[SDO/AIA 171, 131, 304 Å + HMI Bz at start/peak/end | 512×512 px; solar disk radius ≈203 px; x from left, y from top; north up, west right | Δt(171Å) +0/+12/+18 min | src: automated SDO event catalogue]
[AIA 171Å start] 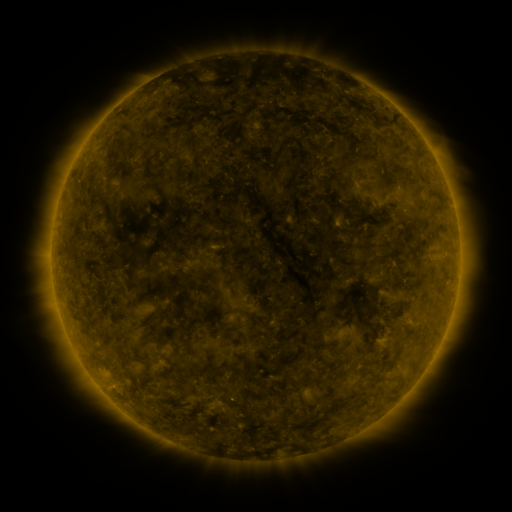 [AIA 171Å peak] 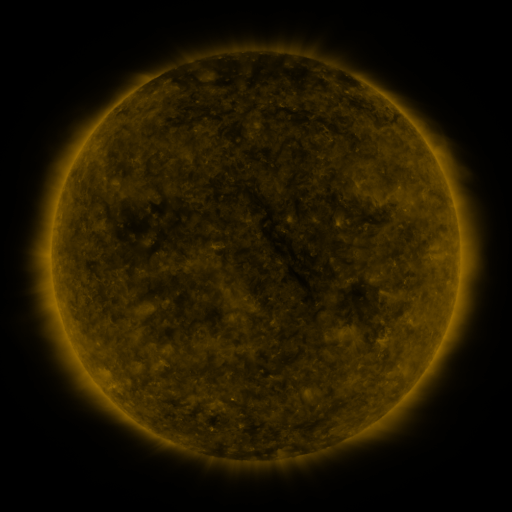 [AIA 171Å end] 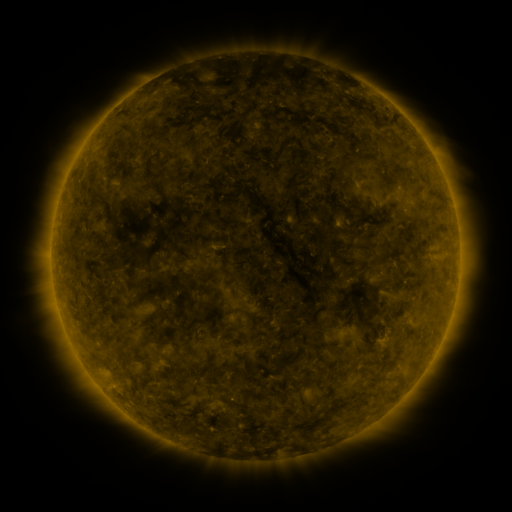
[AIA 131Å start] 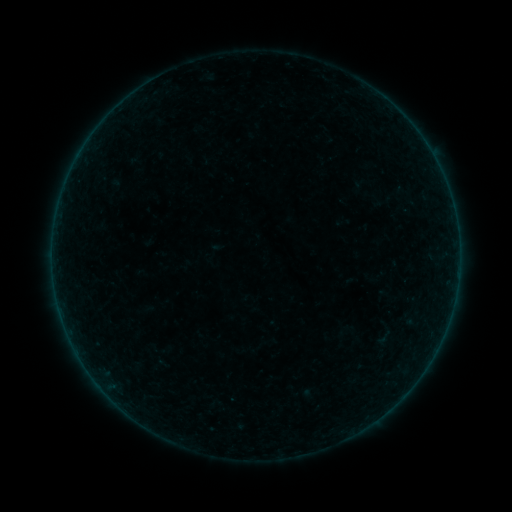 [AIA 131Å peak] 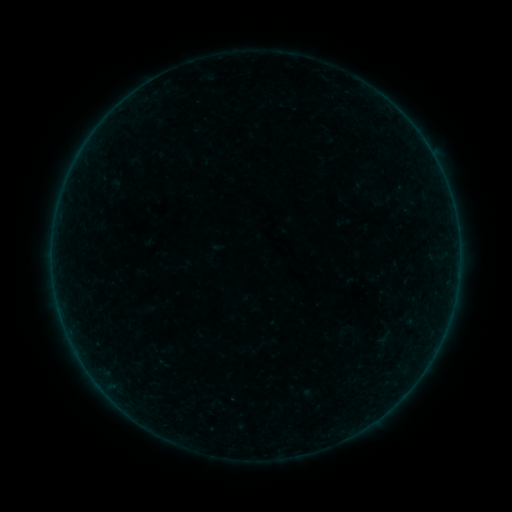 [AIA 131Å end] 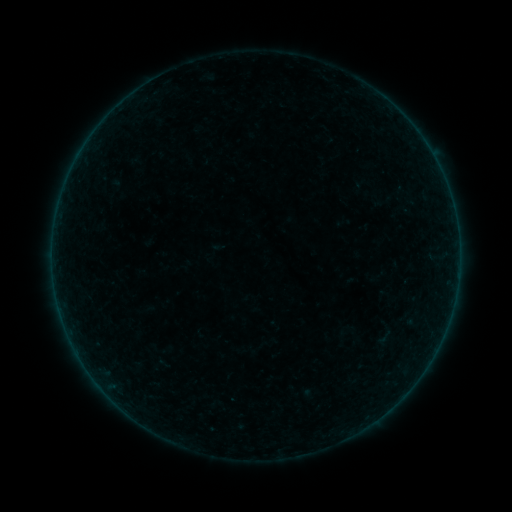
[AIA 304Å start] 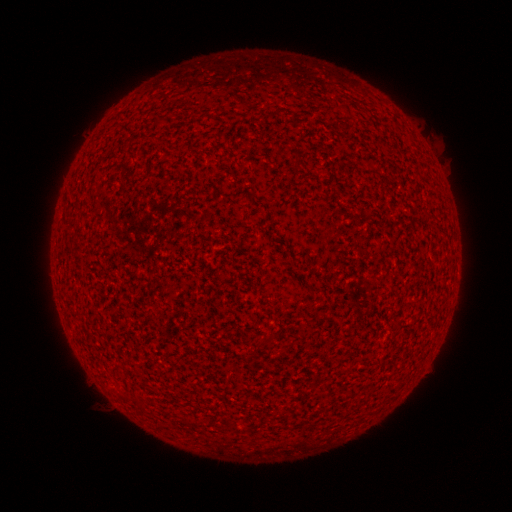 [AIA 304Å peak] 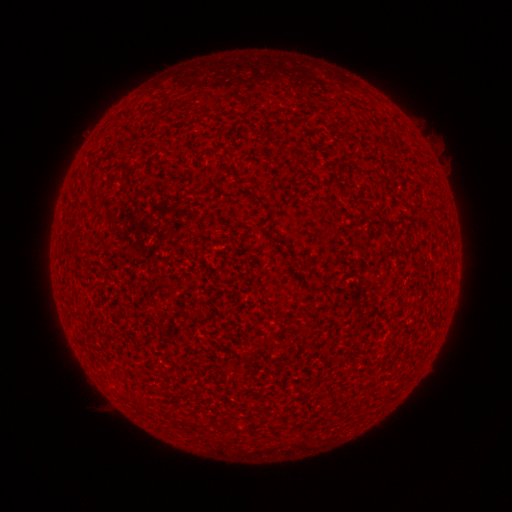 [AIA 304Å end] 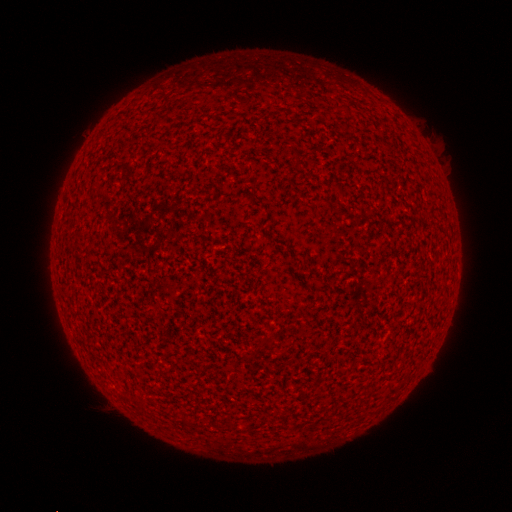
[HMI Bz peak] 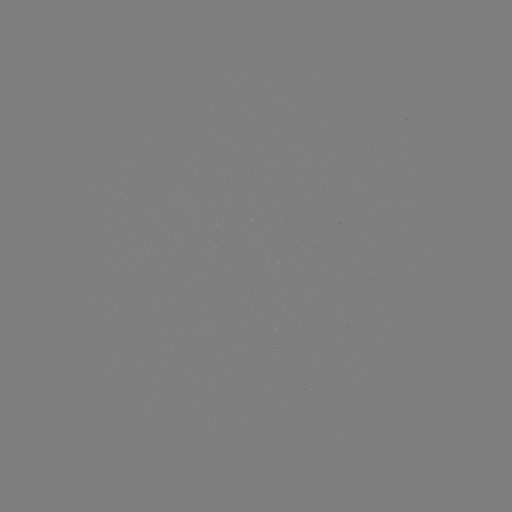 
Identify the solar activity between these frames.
A7.3 flare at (458, 274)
